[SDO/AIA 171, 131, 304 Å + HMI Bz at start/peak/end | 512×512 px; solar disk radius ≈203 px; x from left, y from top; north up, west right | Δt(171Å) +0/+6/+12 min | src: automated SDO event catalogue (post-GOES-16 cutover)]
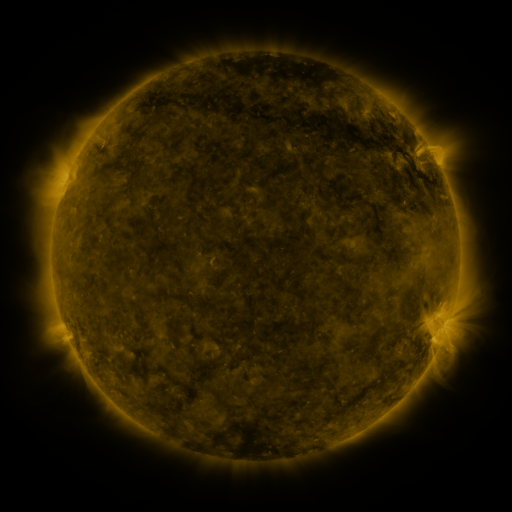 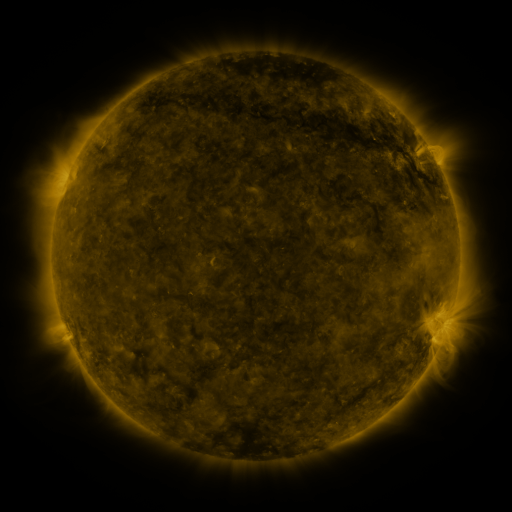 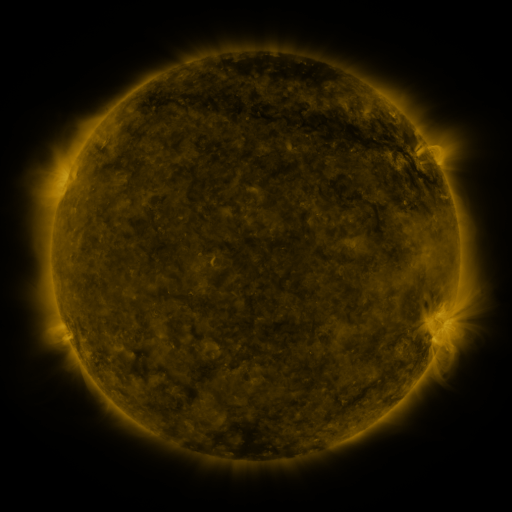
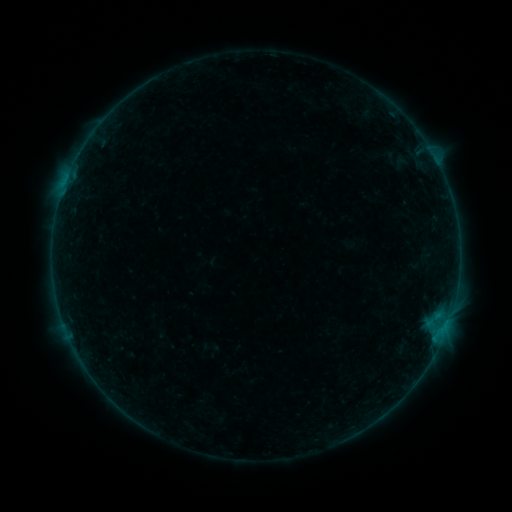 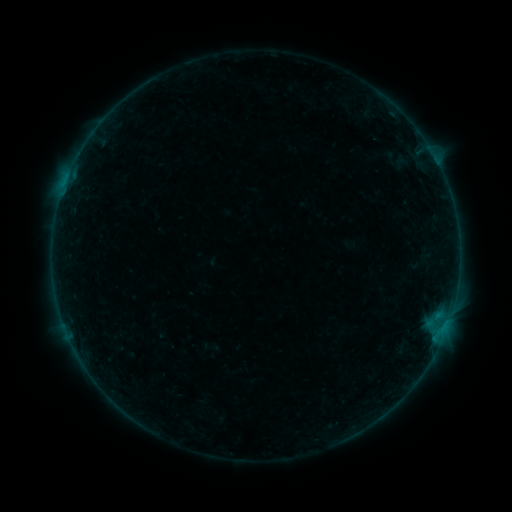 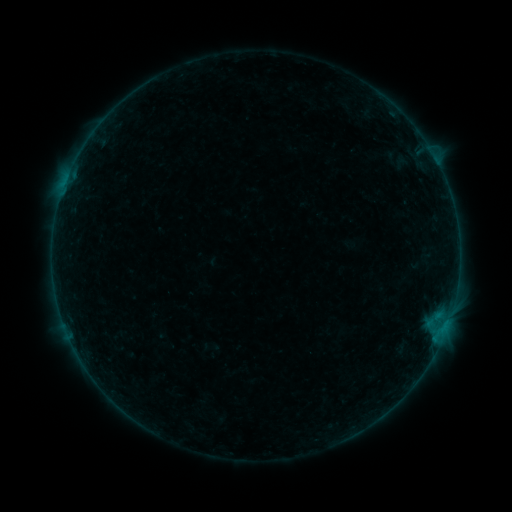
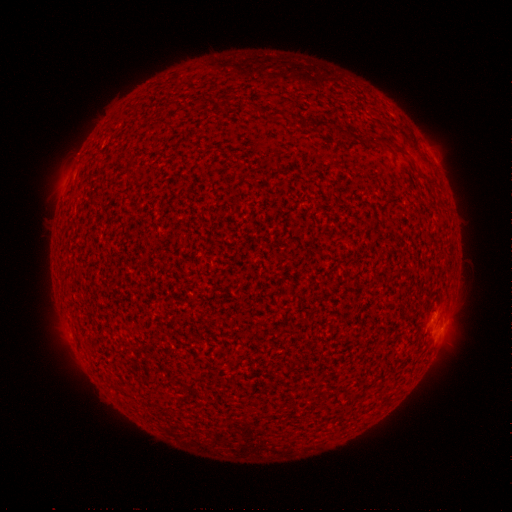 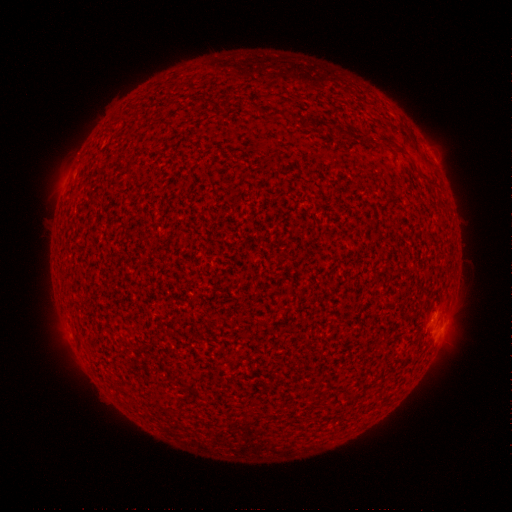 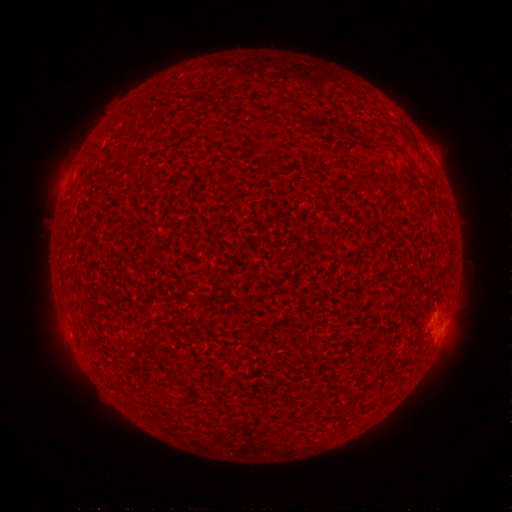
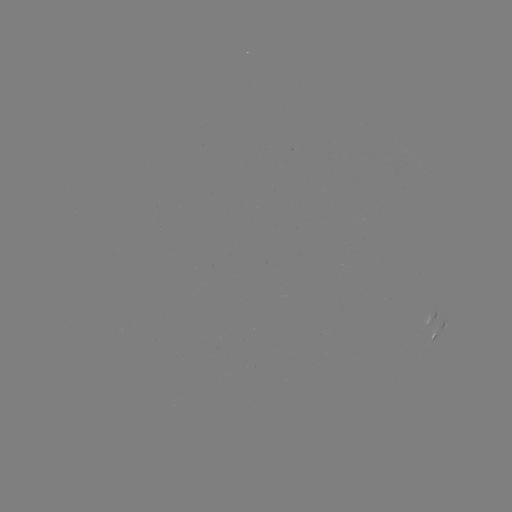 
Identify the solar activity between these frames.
no catalogued flare and no flagged EUV brightening in this window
